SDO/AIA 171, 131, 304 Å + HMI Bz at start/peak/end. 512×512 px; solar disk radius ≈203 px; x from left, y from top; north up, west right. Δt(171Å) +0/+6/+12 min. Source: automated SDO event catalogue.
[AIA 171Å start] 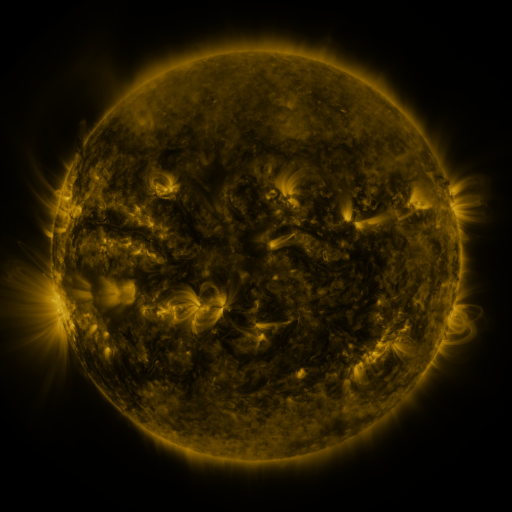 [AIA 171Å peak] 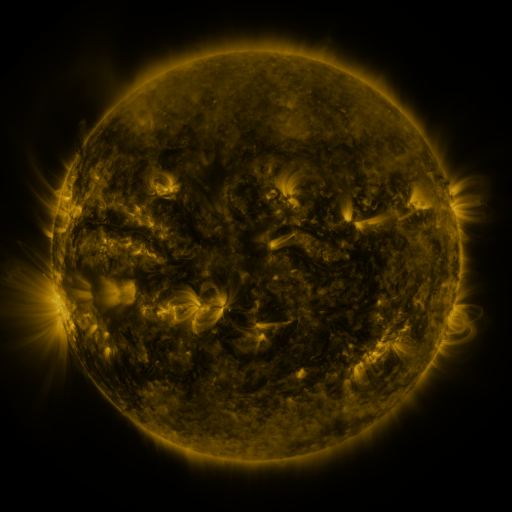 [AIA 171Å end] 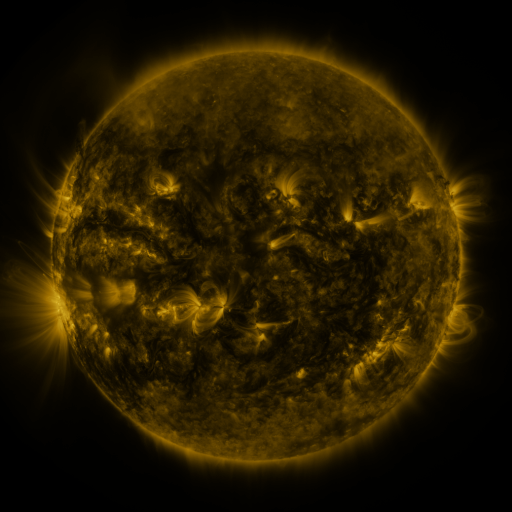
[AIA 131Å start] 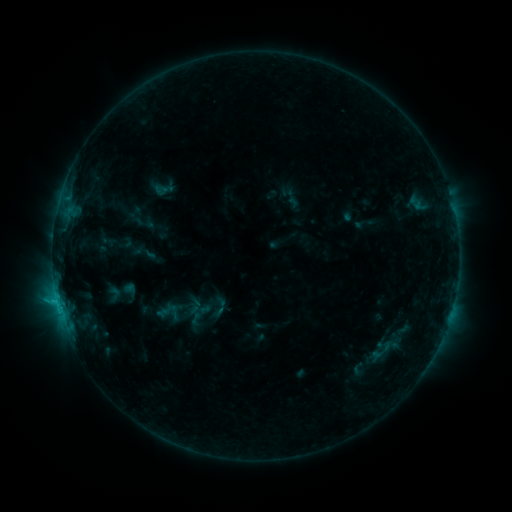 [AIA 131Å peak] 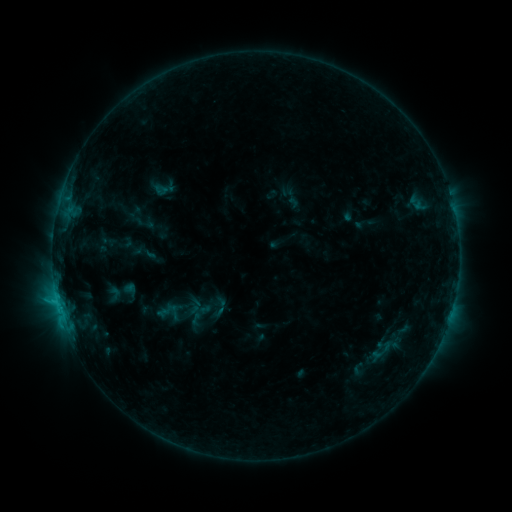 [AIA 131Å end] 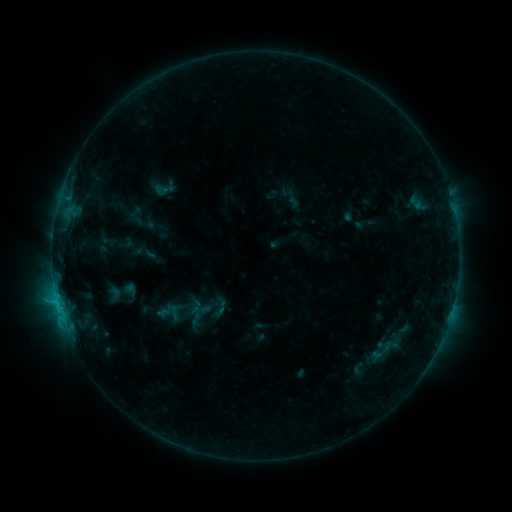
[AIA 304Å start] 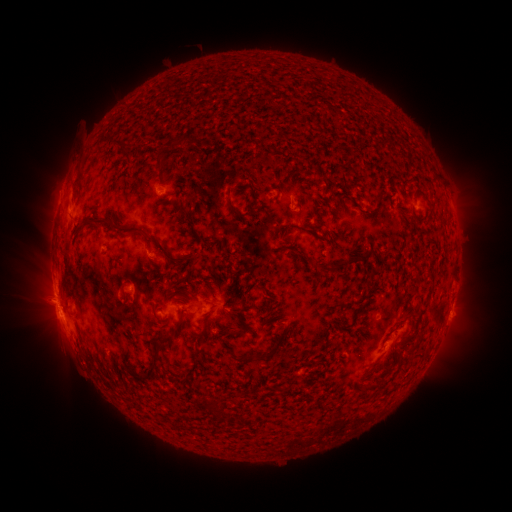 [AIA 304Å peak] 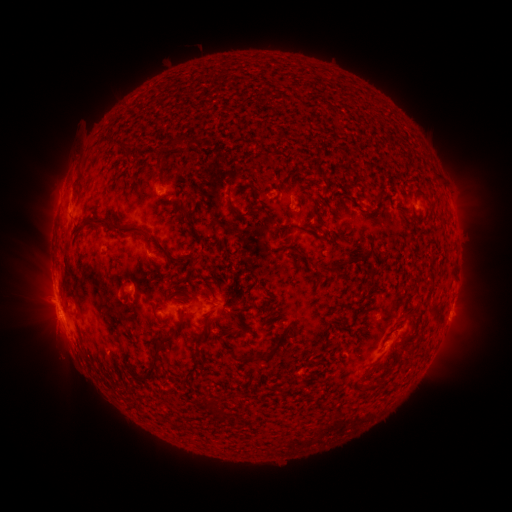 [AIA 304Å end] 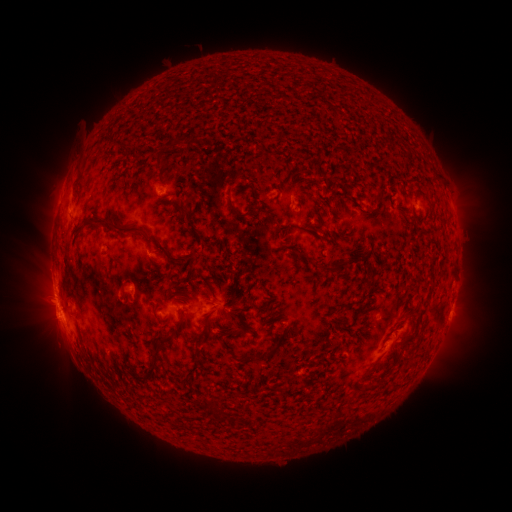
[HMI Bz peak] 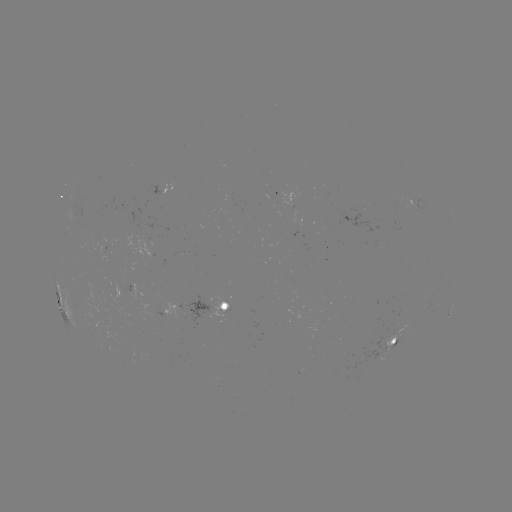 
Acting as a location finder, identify eruption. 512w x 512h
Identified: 57,335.